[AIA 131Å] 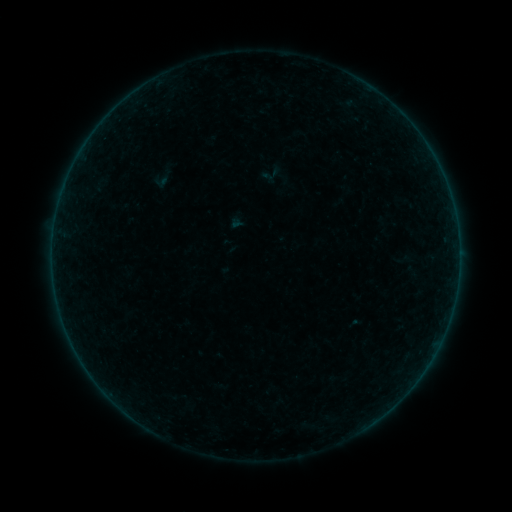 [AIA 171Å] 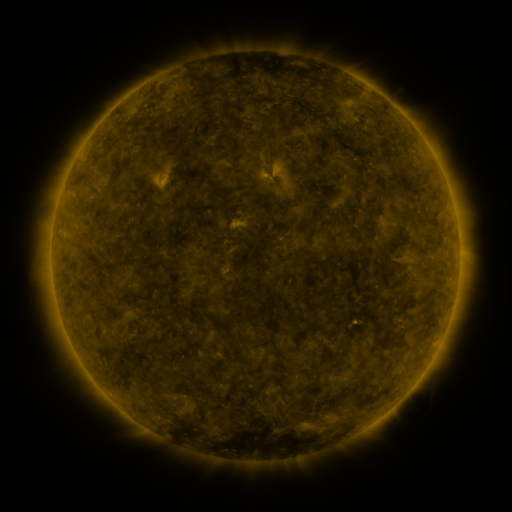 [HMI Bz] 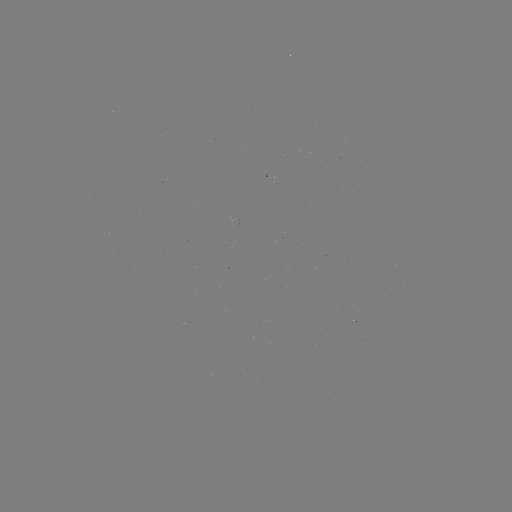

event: sigmoid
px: (162, 178)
